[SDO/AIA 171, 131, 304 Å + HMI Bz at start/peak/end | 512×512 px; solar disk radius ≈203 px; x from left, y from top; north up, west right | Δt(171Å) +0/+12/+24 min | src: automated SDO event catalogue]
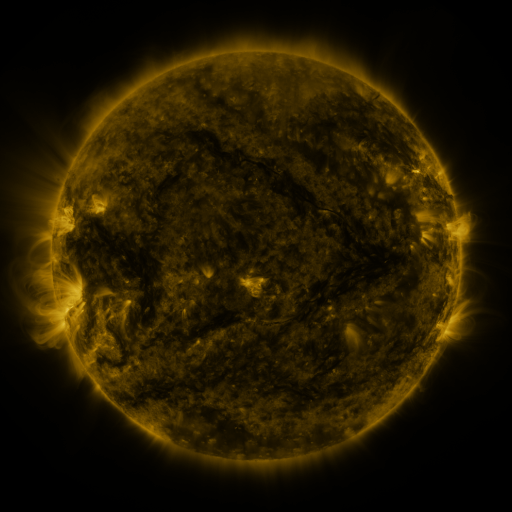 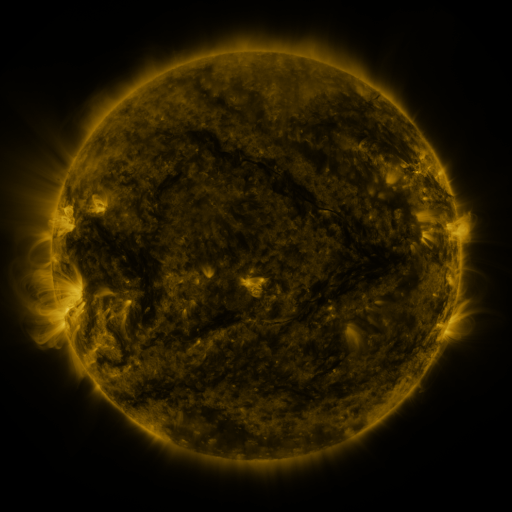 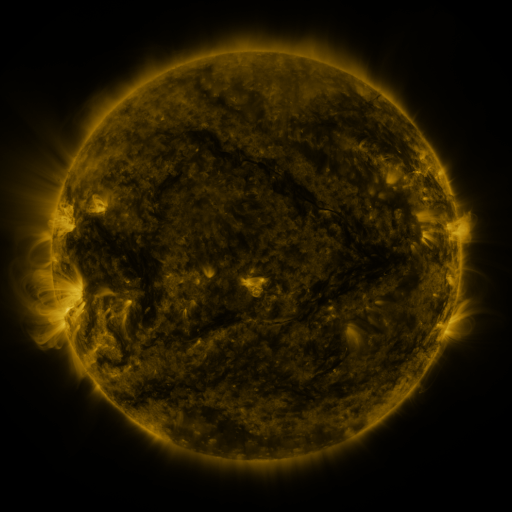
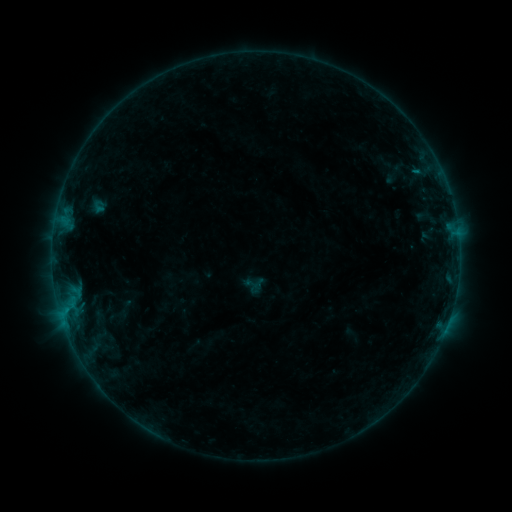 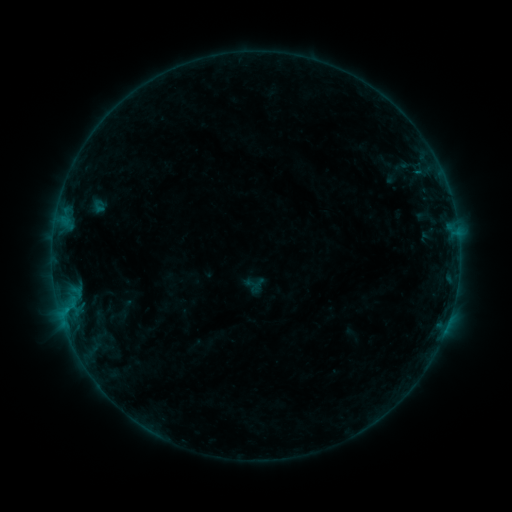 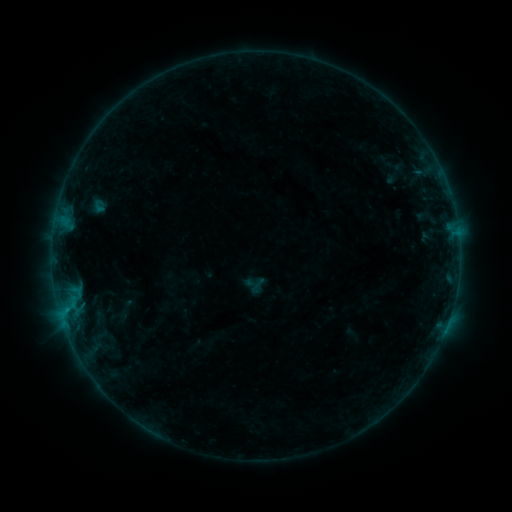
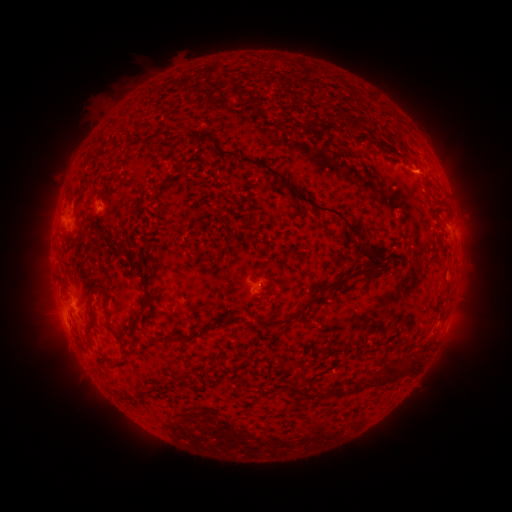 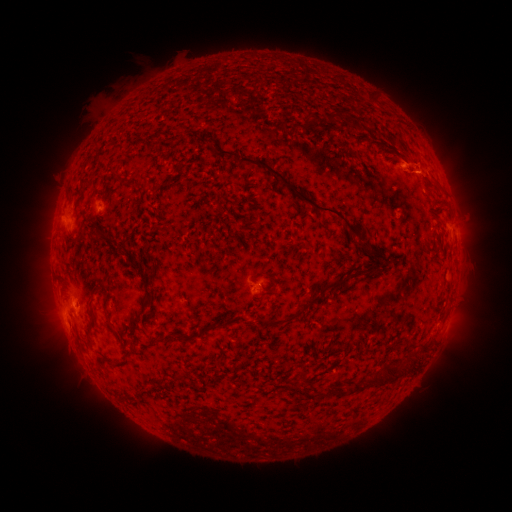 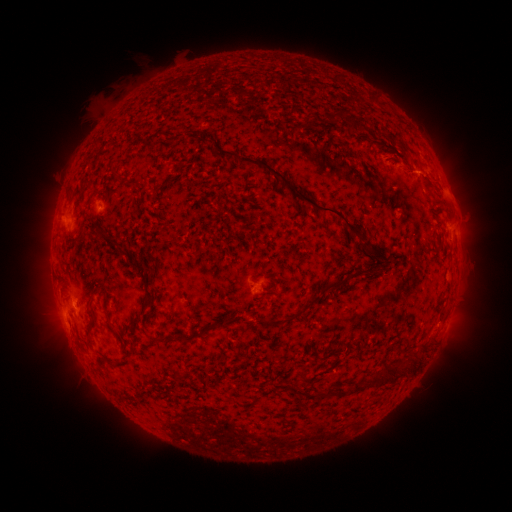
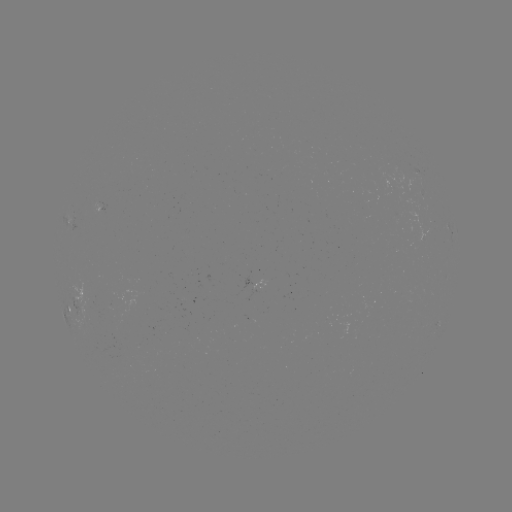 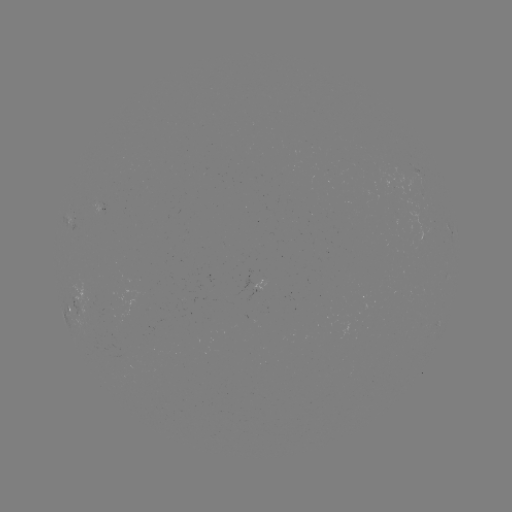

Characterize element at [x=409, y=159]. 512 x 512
eruption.